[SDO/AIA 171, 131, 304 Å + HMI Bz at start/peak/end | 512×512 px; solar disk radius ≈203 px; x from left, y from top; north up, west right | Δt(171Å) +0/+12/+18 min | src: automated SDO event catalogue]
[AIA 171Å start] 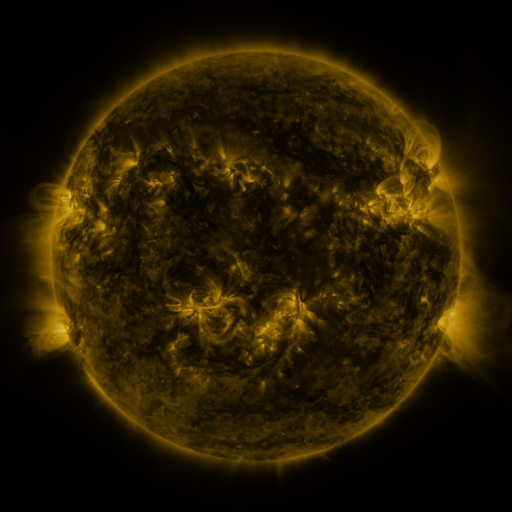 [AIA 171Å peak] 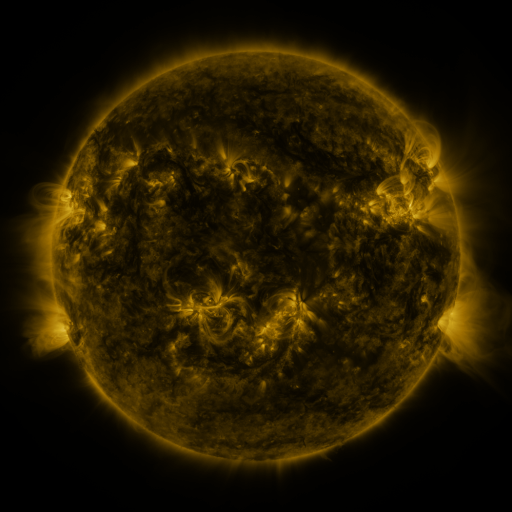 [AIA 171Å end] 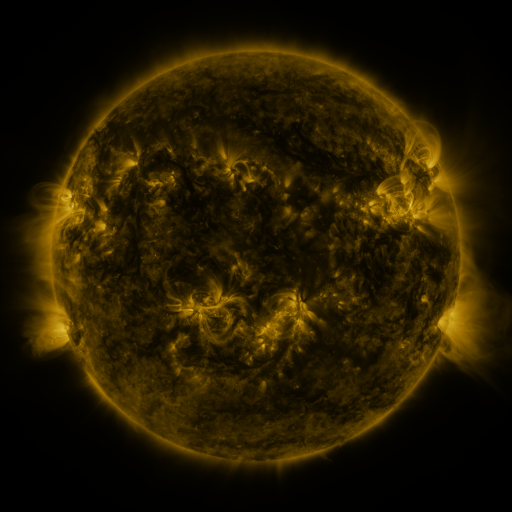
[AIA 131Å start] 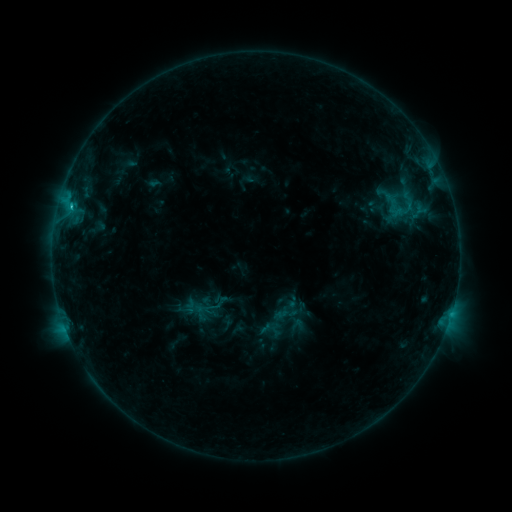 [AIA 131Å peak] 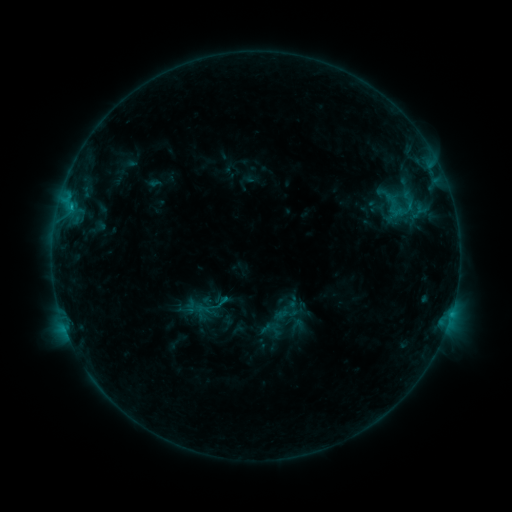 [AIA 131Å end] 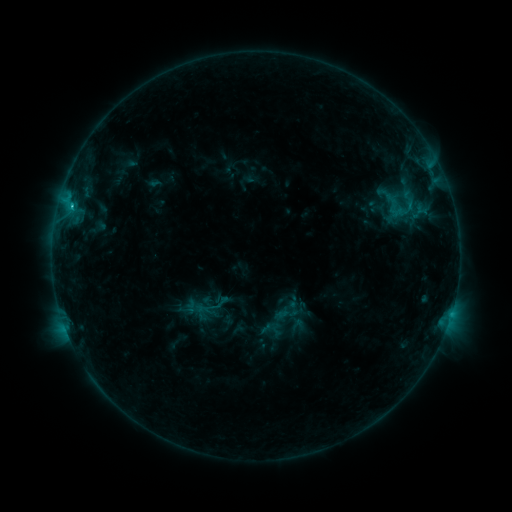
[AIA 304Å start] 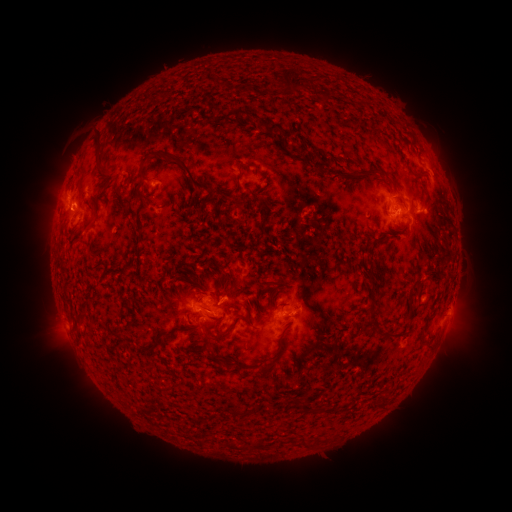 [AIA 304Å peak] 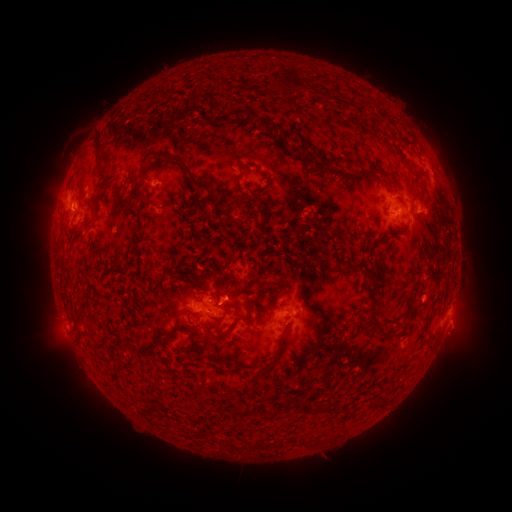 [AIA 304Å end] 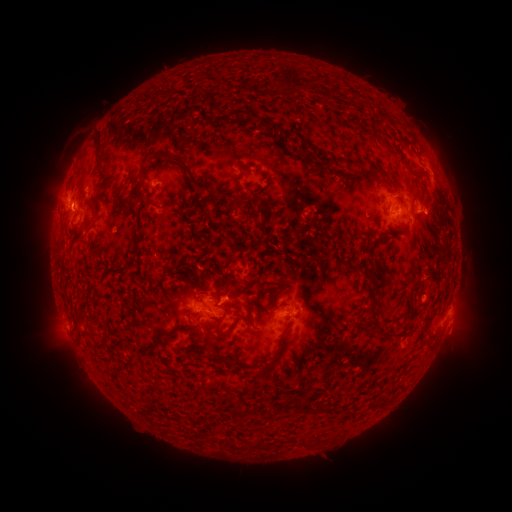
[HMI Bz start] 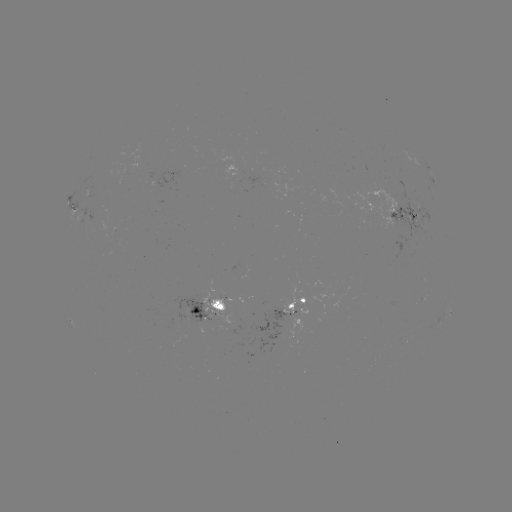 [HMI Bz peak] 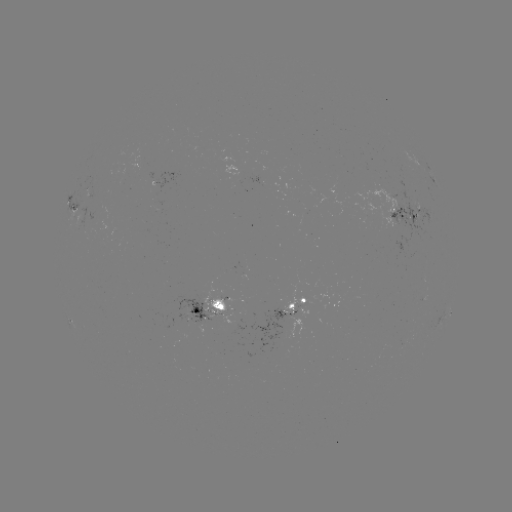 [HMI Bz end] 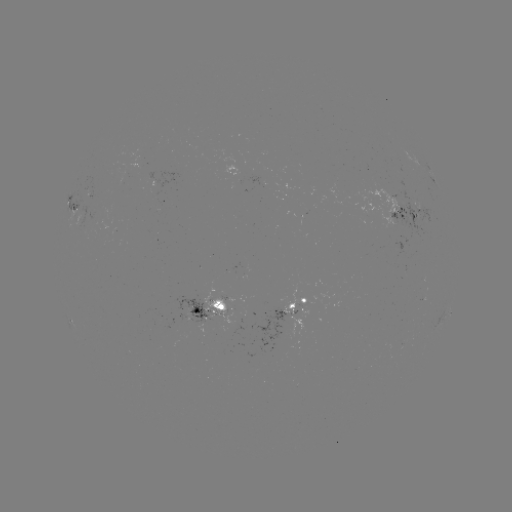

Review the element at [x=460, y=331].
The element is eruption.